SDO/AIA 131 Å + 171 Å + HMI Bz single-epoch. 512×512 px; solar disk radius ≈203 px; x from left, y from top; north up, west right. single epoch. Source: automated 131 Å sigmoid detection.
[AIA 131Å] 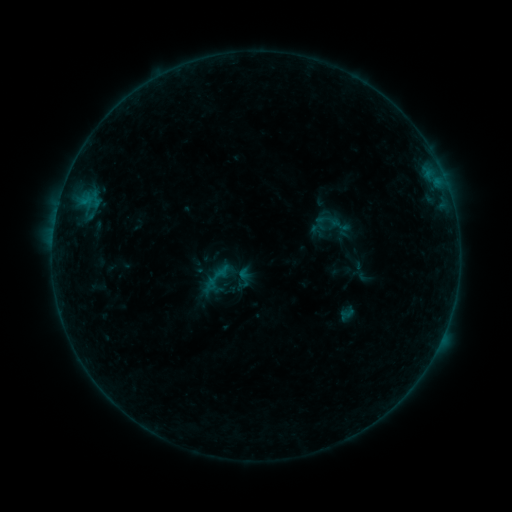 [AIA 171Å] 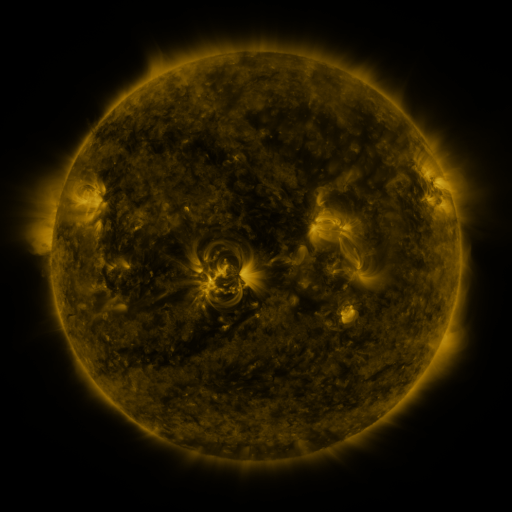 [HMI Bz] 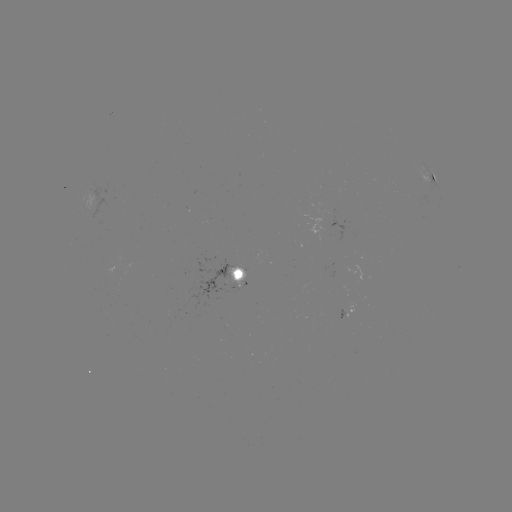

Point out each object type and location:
sigmoid: [327, 213, 351, 236]
